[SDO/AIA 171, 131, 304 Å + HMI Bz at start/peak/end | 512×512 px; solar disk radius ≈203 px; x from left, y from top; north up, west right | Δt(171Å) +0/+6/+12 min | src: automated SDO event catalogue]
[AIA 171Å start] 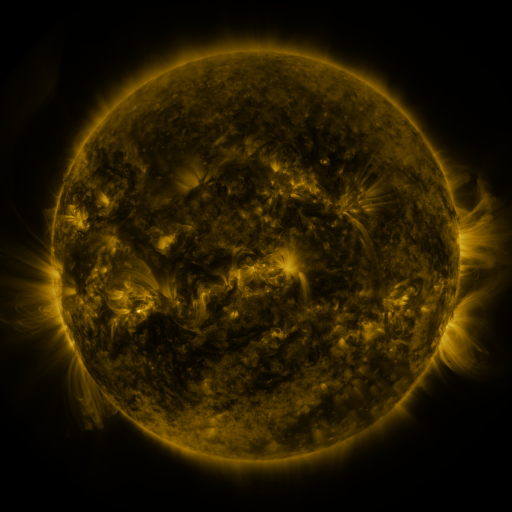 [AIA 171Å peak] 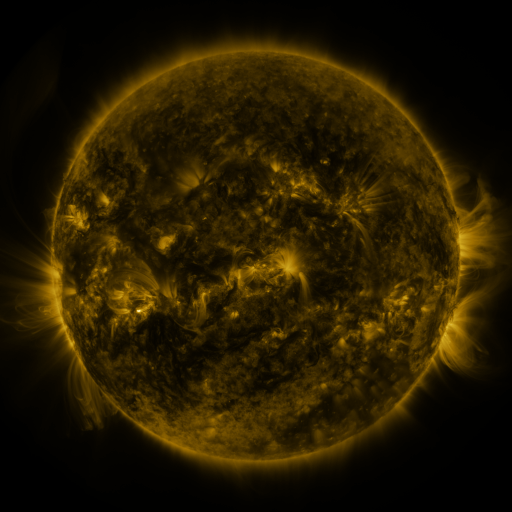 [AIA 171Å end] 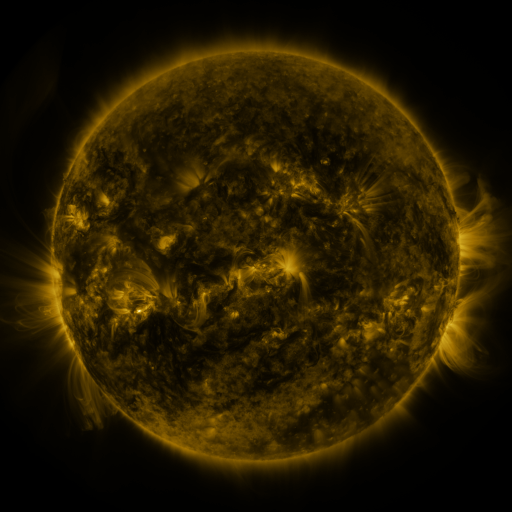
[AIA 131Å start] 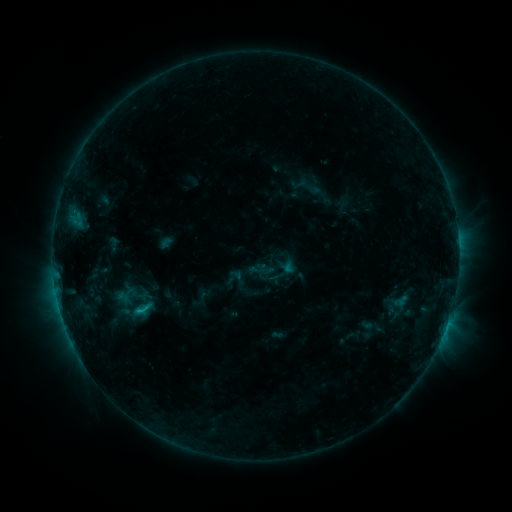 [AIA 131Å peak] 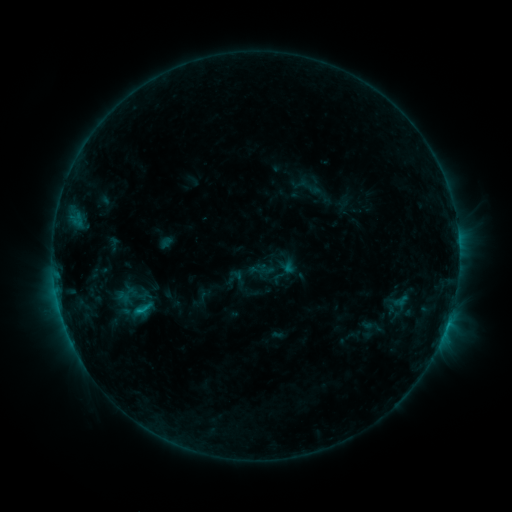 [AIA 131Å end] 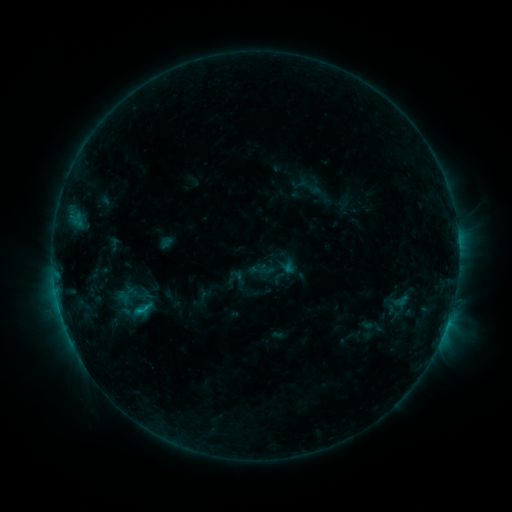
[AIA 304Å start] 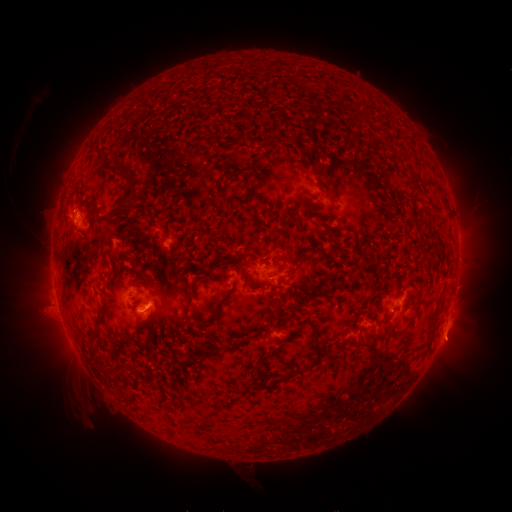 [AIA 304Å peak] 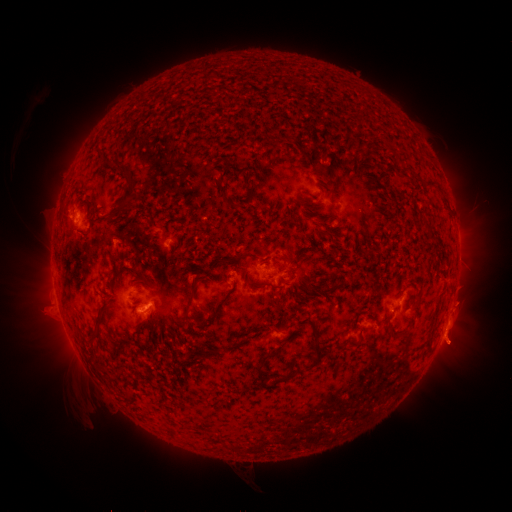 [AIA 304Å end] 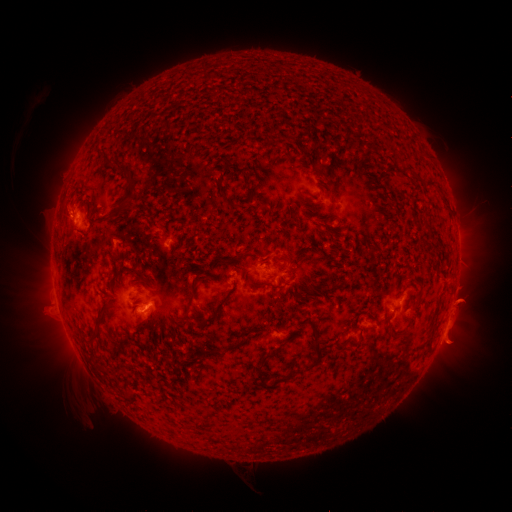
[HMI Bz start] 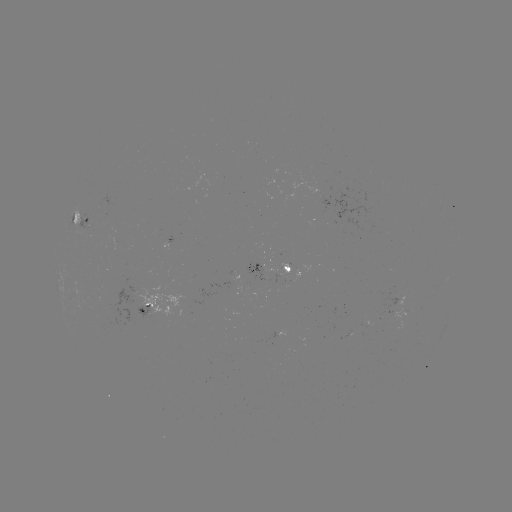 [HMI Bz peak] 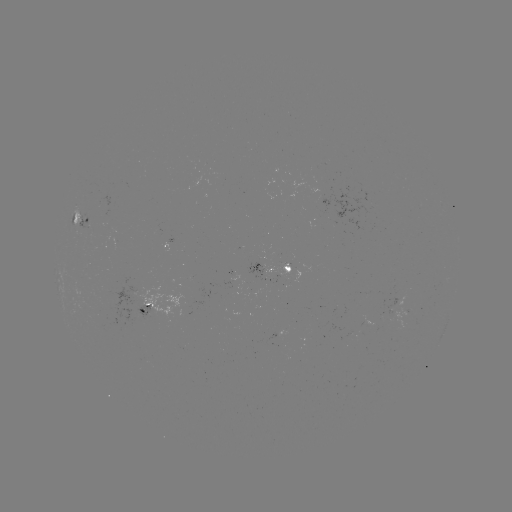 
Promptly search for eruption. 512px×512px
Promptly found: (457, 327).